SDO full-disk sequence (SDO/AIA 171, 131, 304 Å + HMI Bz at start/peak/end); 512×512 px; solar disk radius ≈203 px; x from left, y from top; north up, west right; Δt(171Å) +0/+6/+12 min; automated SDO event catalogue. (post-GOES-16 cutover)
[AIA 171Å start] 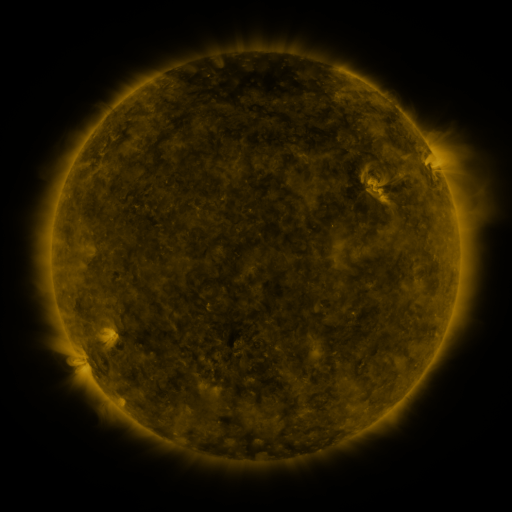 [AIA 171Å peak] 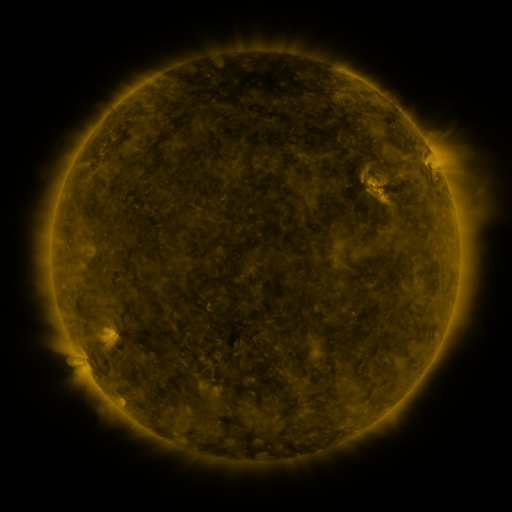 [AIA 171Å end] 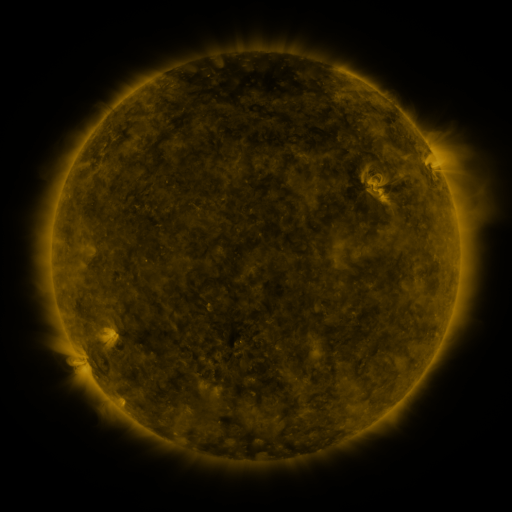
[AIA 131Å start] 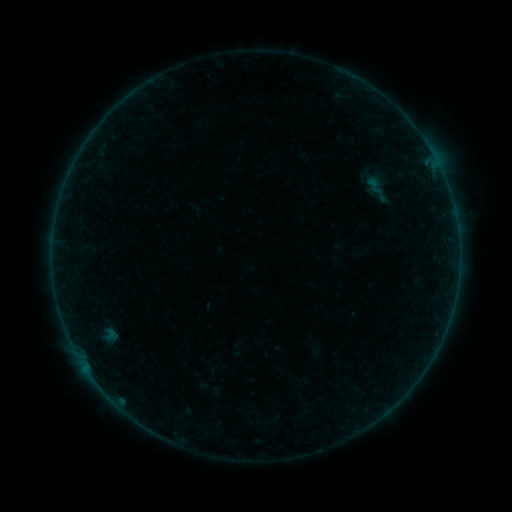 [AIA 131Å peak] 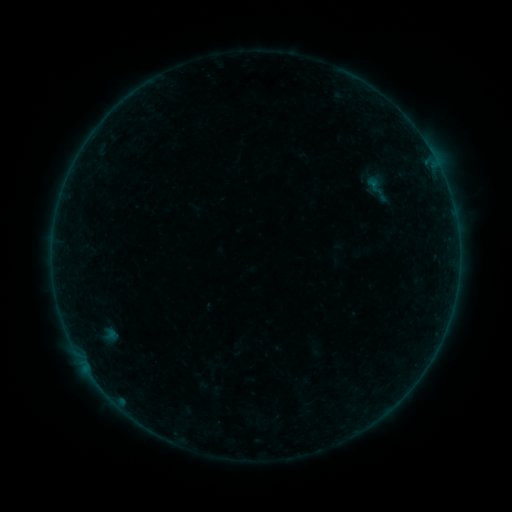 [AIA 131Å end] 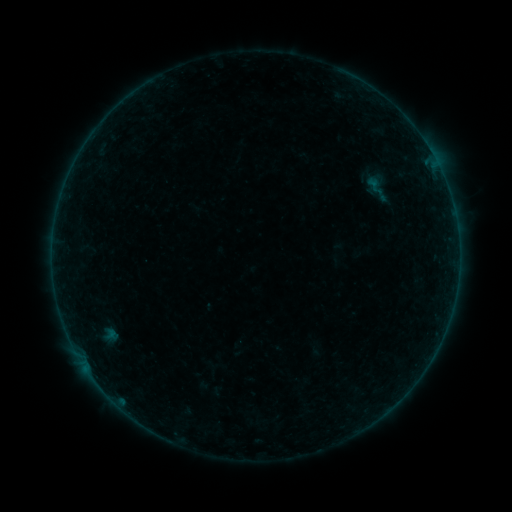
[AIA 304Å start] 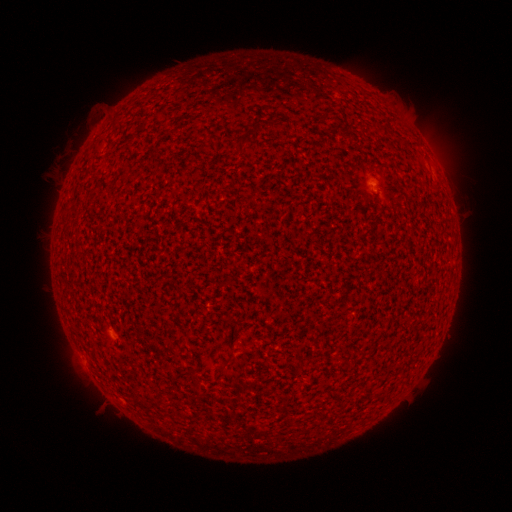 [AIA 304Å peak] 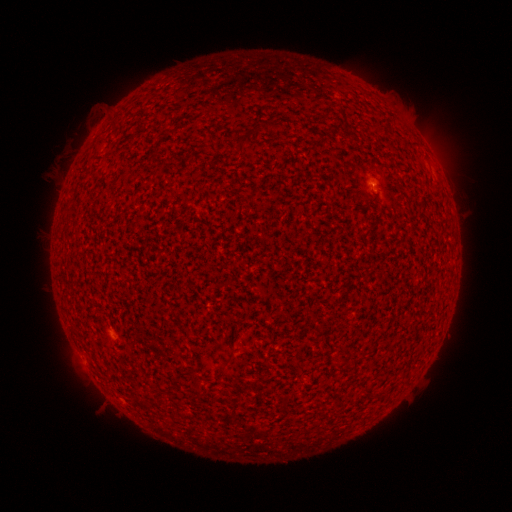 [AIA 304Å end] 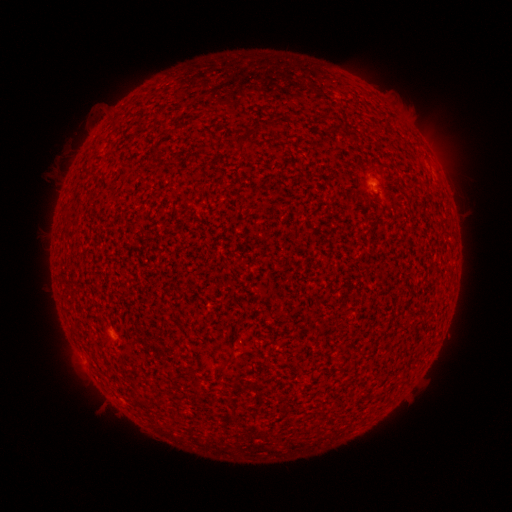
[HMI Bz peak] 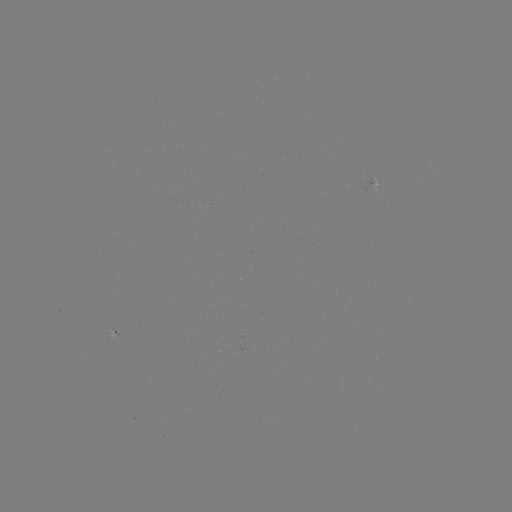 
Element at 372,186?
A3.1 flare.